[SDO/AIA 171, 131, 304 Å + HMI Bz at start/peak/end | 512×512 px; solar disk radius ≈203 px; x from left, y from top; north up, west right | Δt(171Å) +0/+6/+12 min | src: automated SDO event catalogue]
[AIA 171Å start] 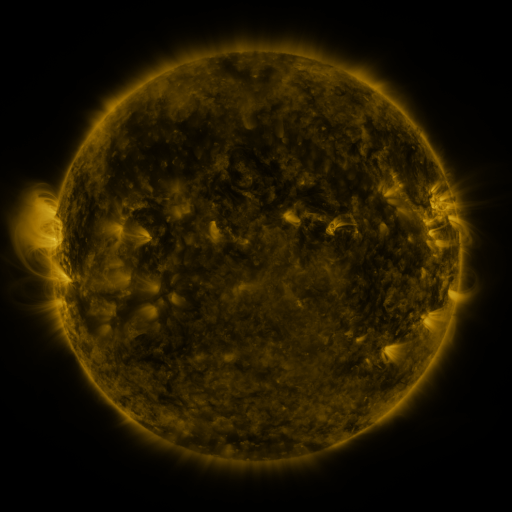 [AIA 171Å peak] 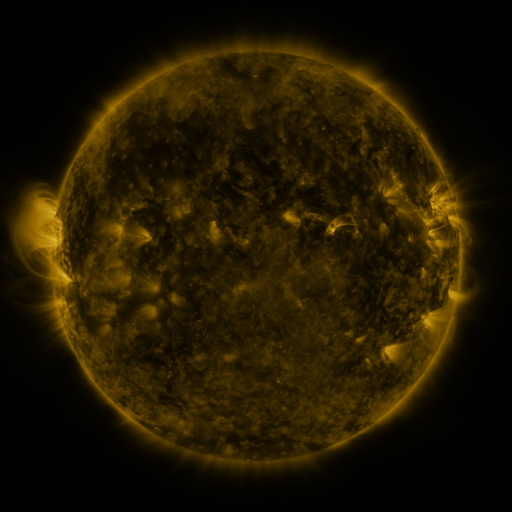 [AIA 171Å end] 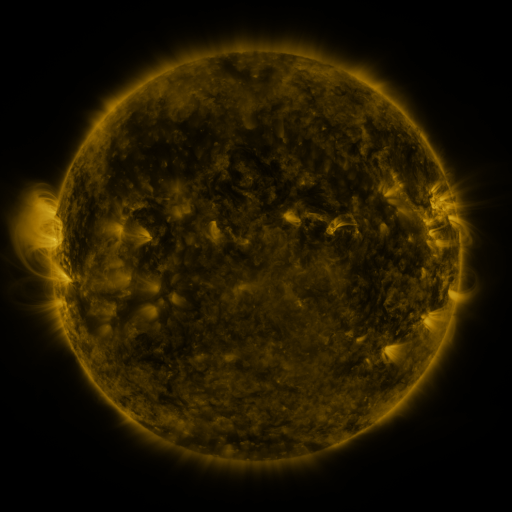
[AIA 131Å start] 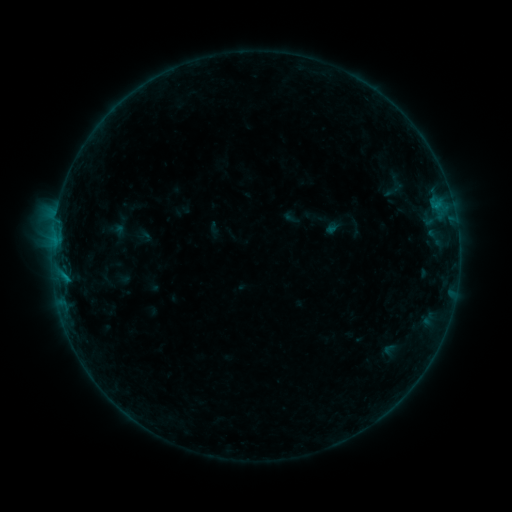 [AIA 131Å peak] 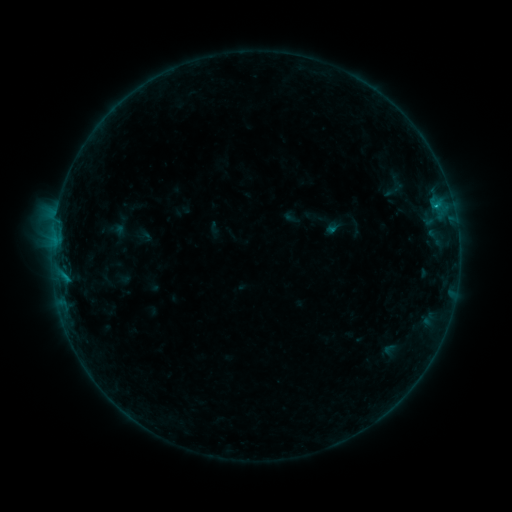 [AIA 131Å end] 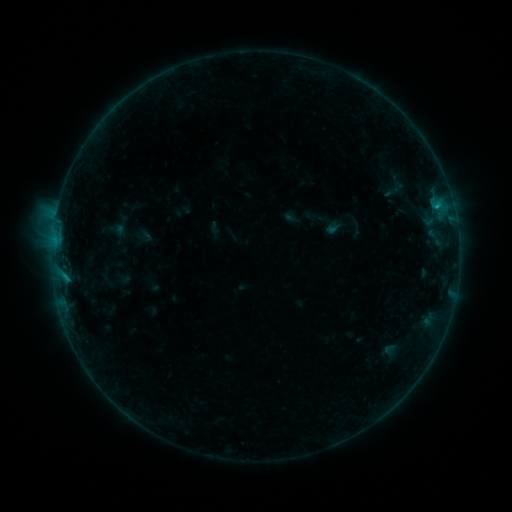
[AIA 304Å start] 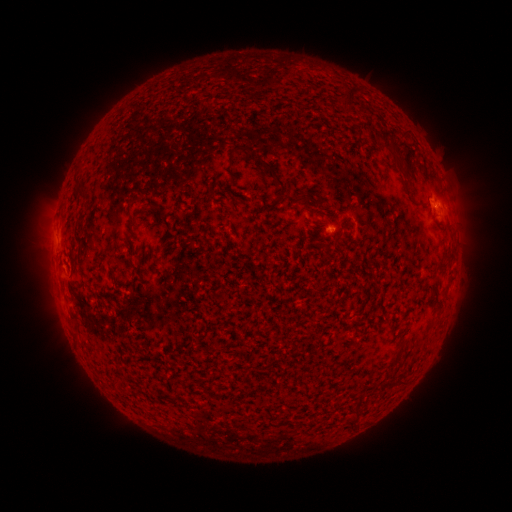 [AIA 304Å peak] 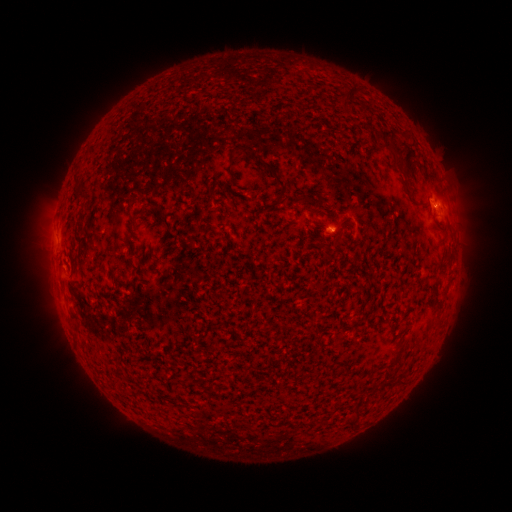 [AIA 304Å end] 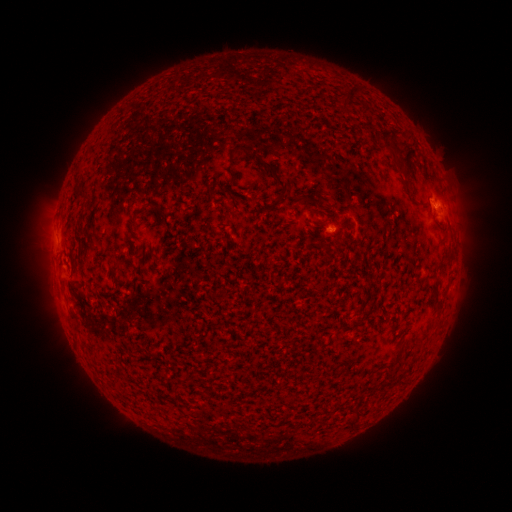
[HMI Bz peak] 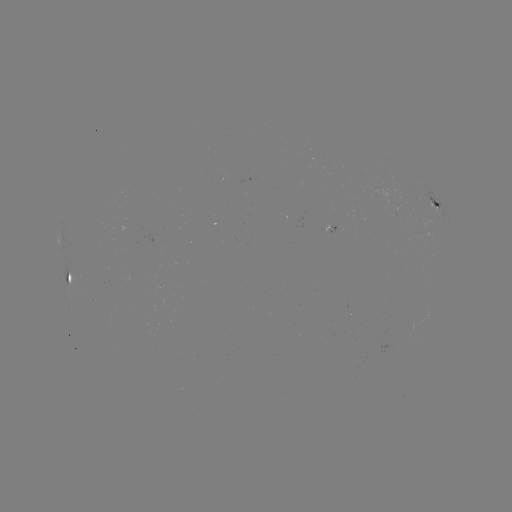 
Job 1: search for B2.6 flare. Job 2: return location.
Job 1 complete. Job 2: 435,207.